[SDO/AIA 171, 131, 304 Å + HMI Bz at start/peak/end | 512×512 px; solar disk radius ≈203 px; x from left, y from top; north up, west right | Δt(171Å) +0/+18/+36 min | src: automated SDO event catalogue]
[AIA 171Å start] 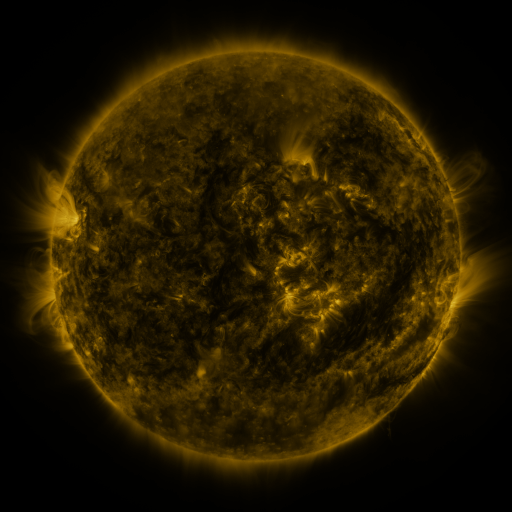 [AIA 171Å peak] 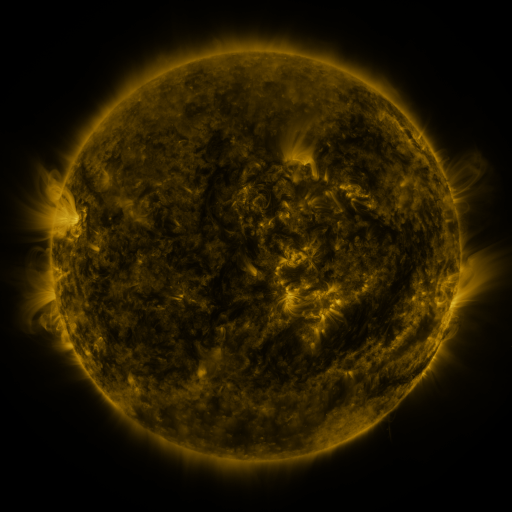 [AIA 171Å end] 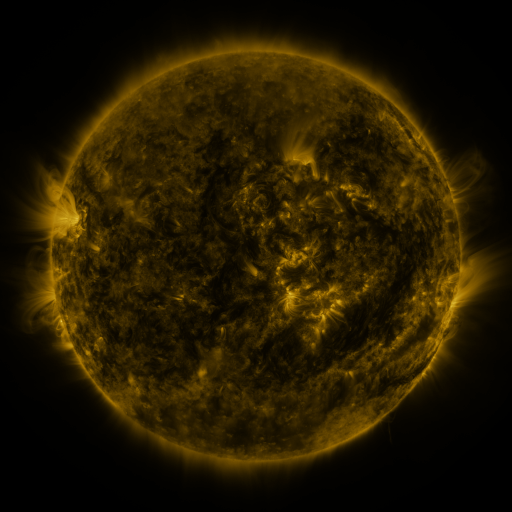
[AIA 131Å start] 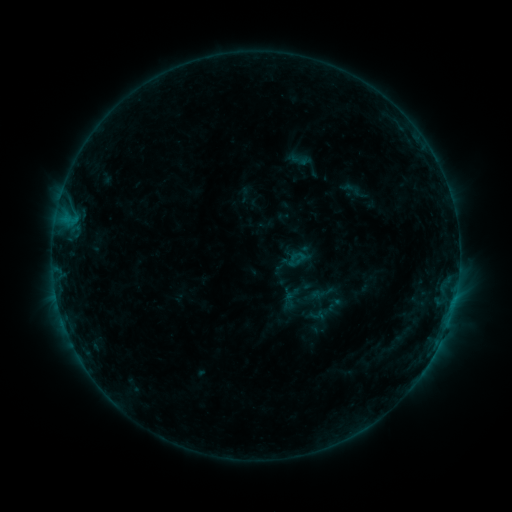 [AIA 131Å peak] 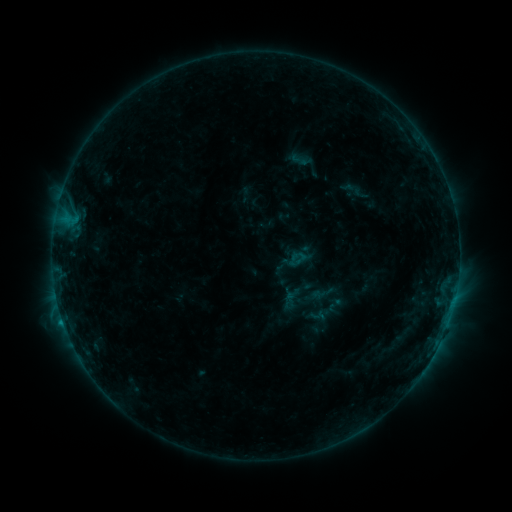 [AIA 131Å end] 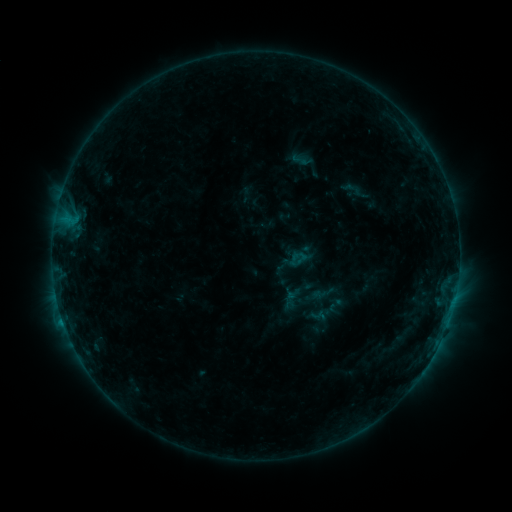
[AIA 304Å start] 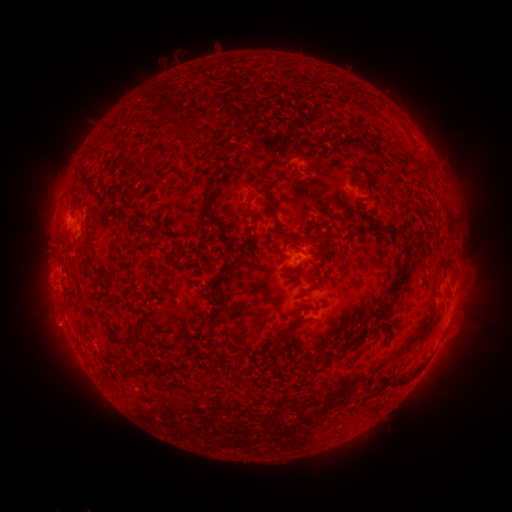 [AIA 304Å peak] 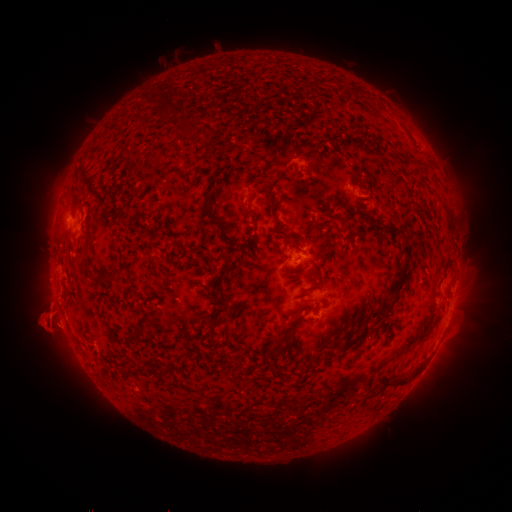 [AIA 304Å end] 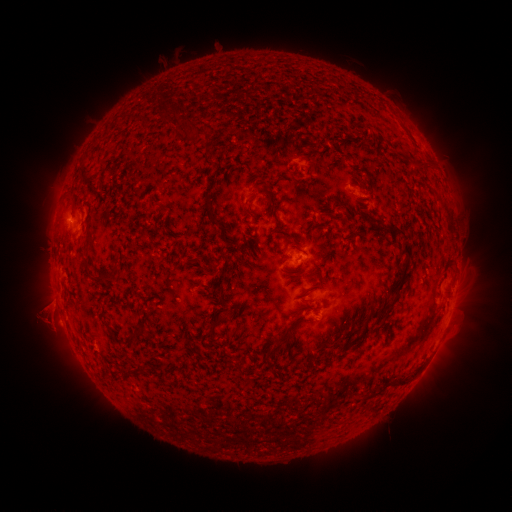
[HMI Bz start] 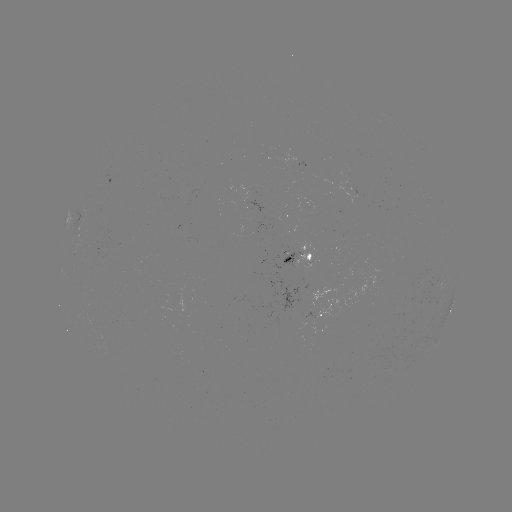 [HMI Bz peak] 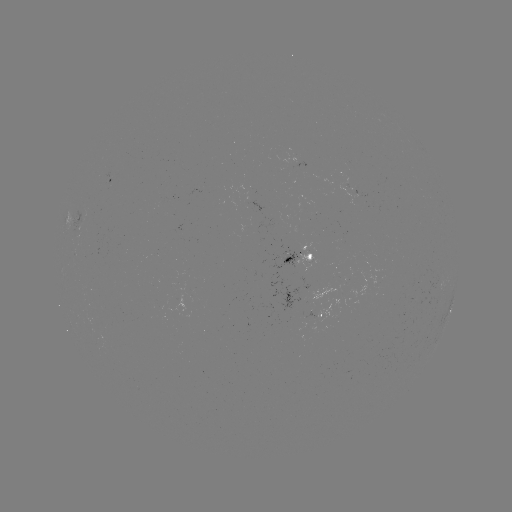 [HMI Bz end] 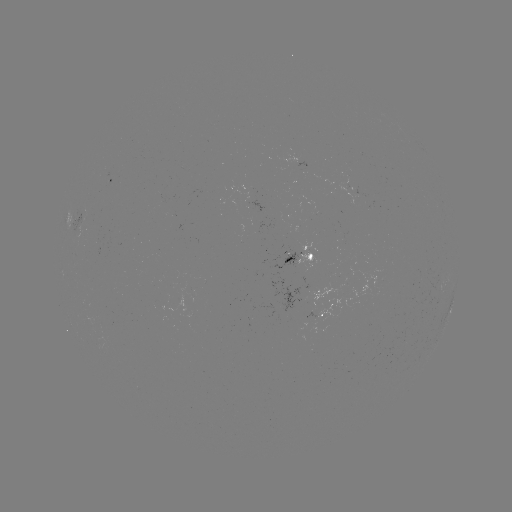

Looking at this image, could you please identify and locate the eruption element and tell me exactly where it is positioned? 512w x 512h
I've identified eruption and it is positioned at [48, 322].